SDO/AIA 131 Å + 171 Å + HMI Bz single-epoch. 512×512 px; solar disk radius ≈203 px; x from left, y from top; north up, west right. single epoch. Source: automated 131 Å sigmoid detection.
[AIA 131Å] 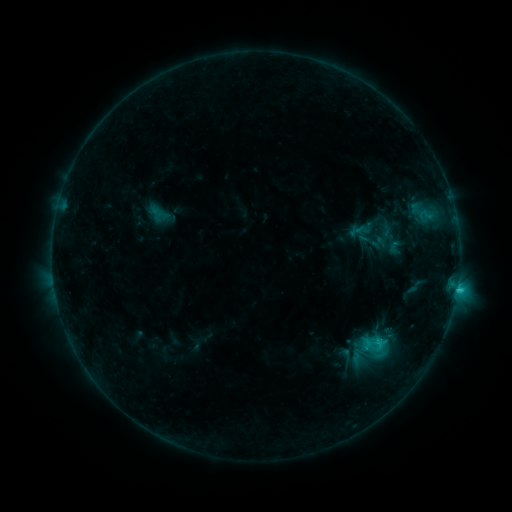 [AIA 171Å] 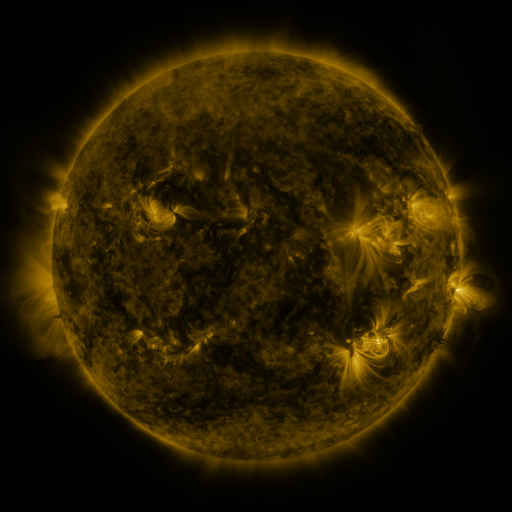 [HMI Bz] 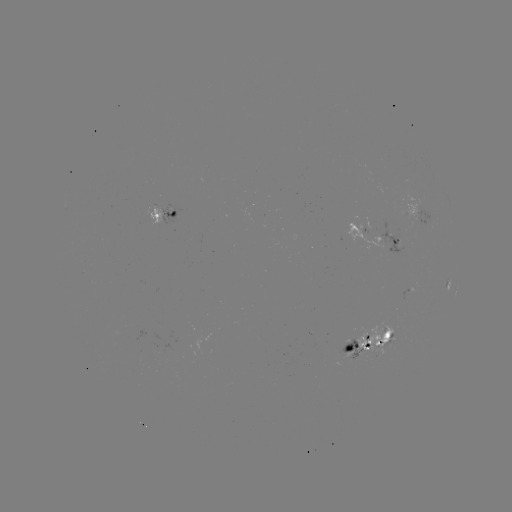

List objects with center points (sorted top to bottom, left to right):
sigmoid: (375, 344)
